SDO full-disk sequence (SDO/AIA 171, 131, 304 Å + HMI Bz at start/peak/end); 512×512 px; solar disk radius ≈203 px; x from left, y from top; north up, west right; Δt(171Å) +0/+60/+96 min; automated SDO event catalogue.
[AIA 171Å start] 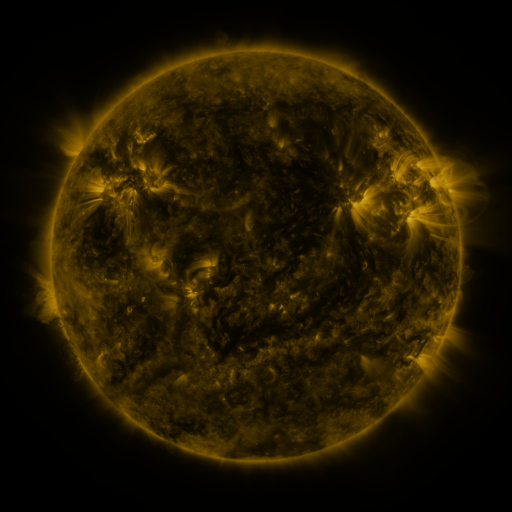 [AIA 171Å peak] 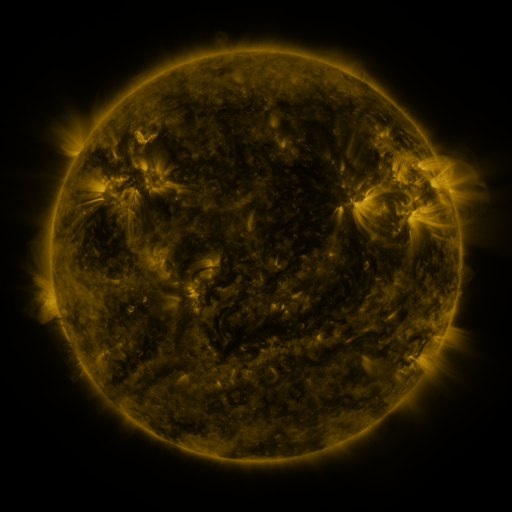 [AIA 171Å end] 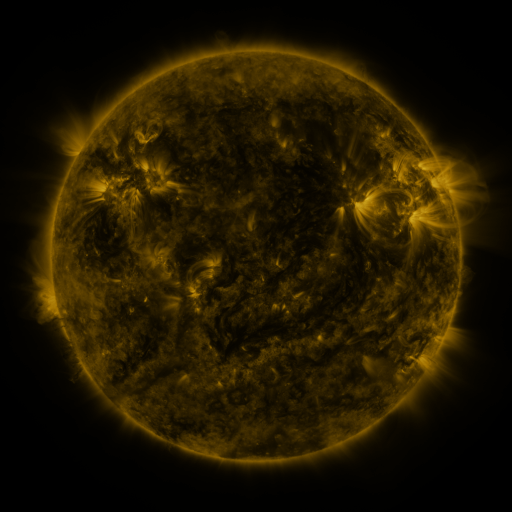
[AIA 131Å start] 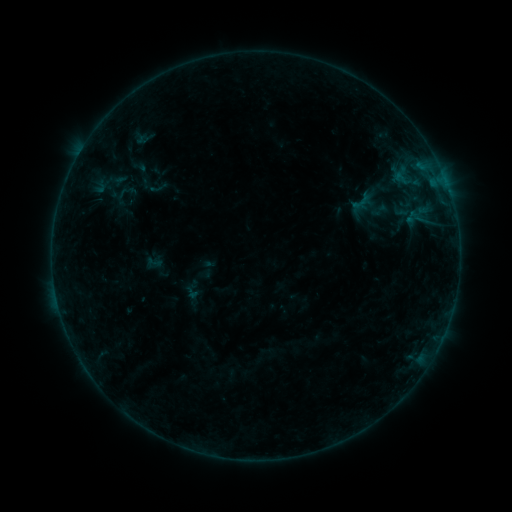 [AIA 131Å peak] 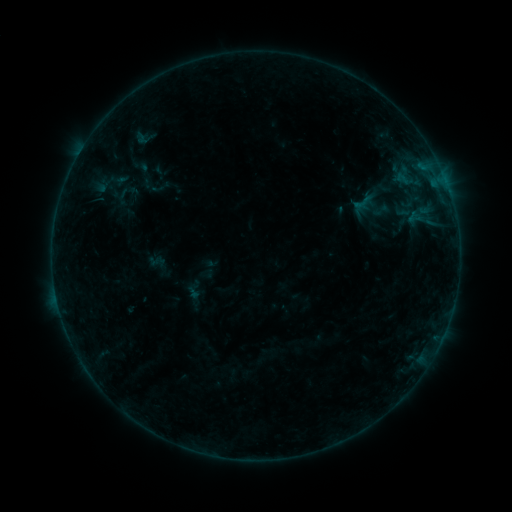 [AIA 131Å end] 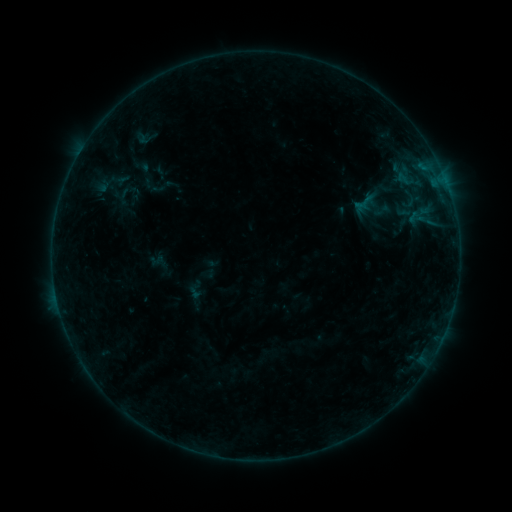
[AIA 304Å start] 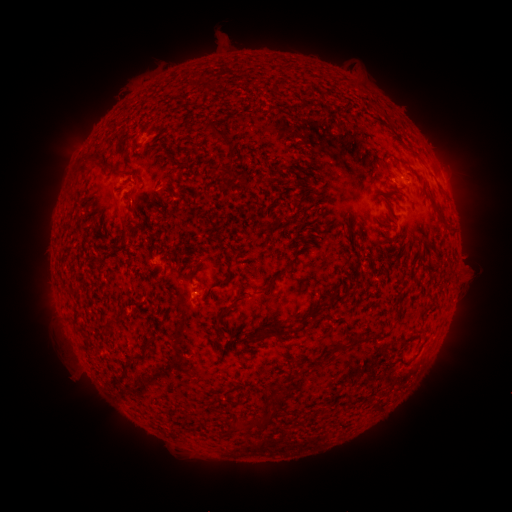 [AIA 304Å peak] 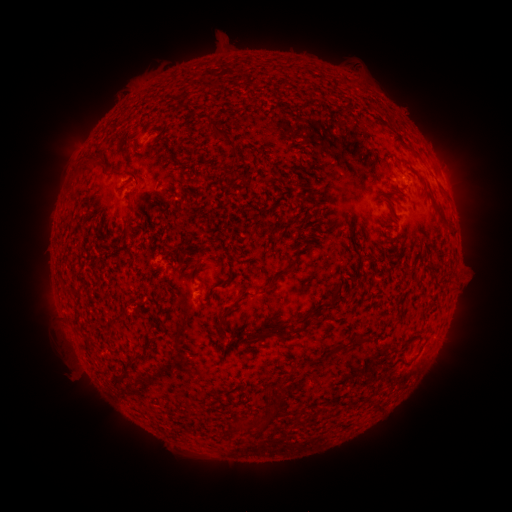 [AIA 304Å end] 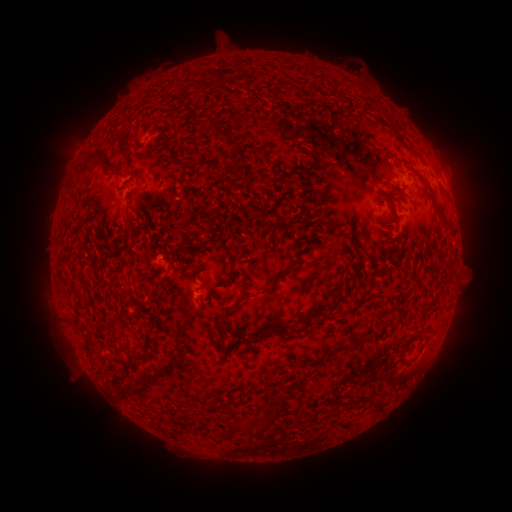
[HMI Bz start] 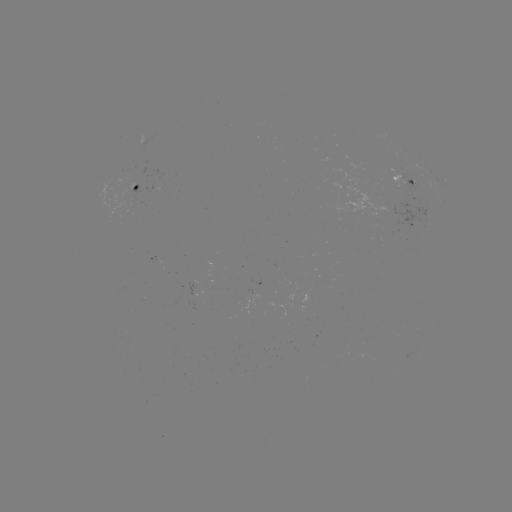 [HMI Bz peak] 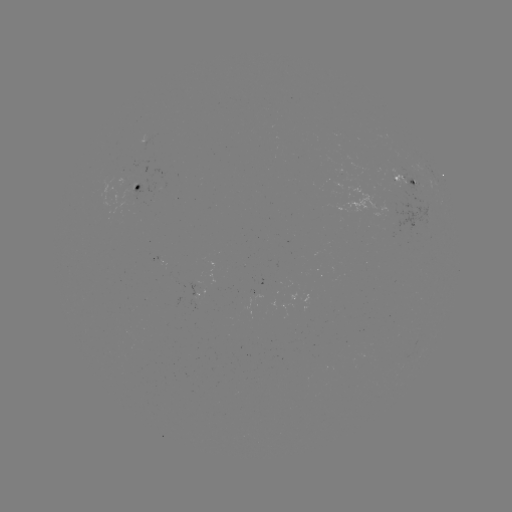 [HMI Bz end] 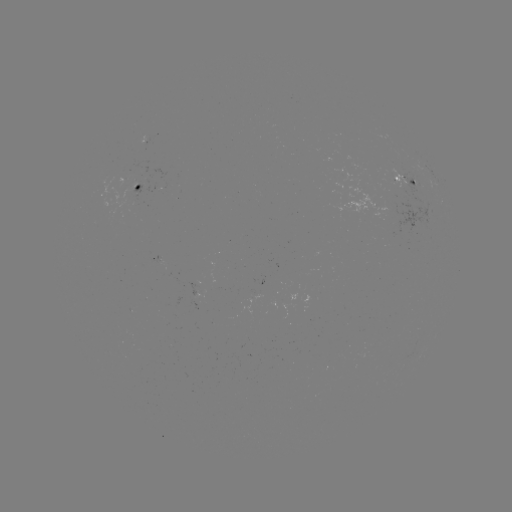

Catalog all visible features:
emerging-flux region: (395, 180)
